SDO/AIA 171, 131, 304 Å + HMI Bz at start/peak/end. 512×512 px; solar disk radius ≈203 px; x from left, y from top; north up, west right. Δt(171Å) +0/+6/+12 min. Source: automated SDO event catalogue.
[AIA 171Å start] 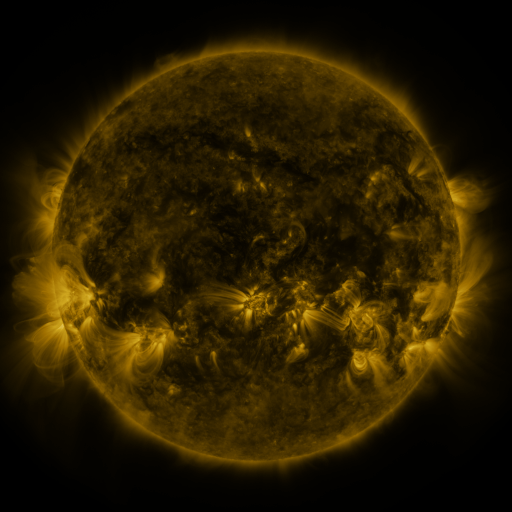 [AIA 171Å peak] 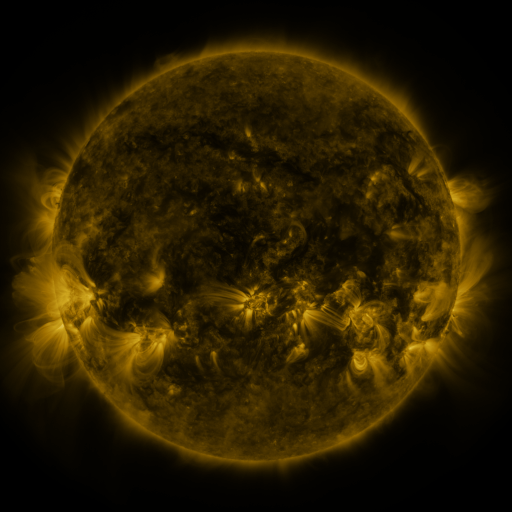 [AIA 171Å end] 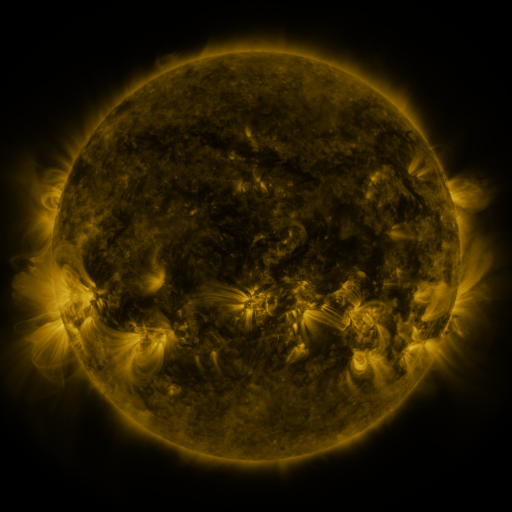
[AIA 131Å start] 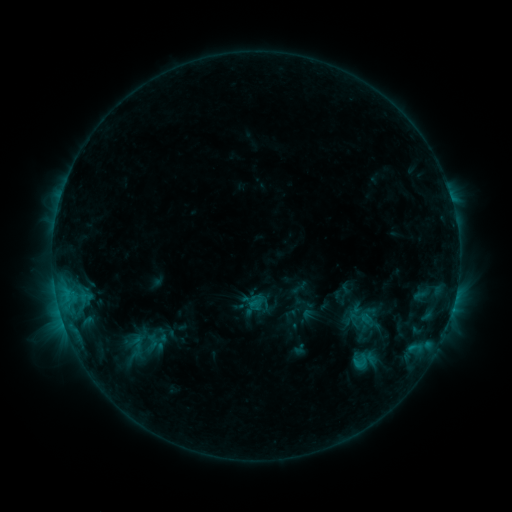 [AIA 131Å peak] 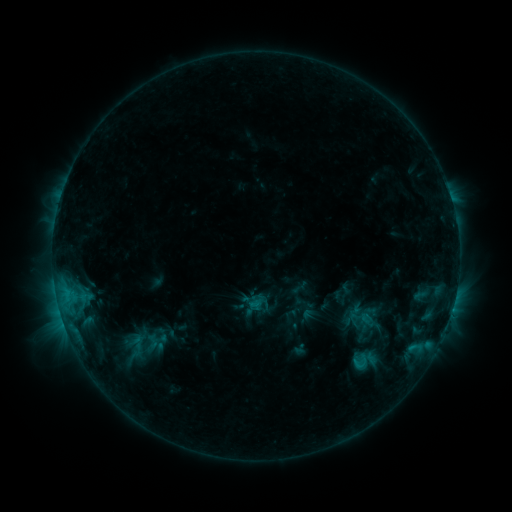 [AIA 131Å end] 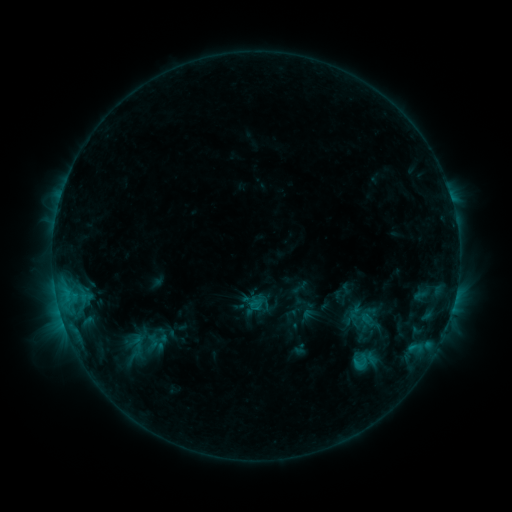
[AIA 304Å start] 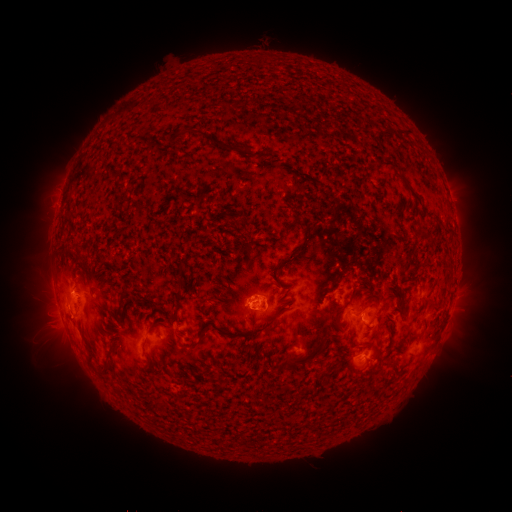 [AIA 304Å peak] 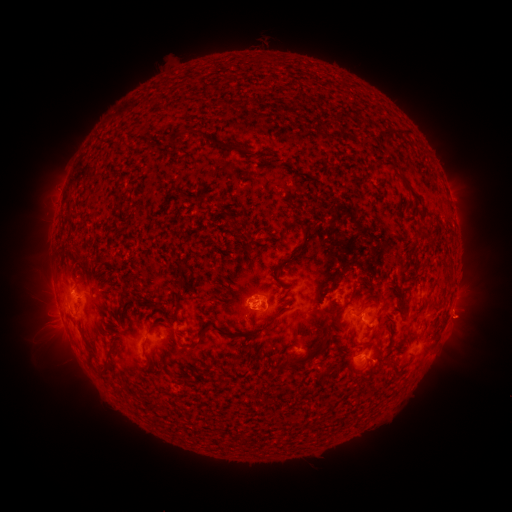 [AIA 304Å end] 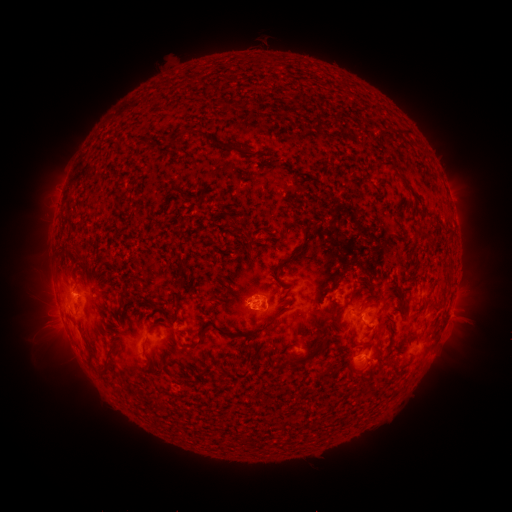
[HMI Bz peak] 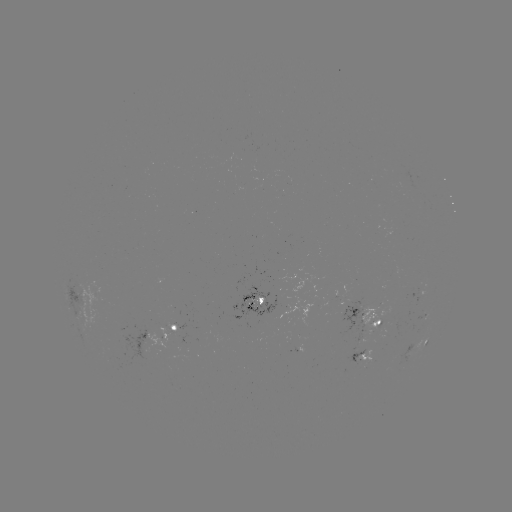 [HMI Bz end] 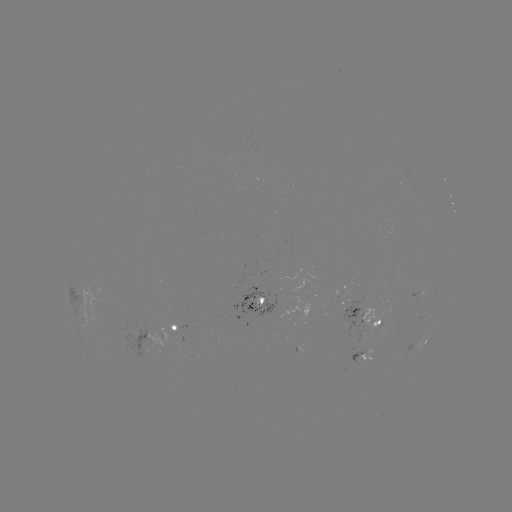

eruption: <bbox>431, 294, 494, 349</bbox>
